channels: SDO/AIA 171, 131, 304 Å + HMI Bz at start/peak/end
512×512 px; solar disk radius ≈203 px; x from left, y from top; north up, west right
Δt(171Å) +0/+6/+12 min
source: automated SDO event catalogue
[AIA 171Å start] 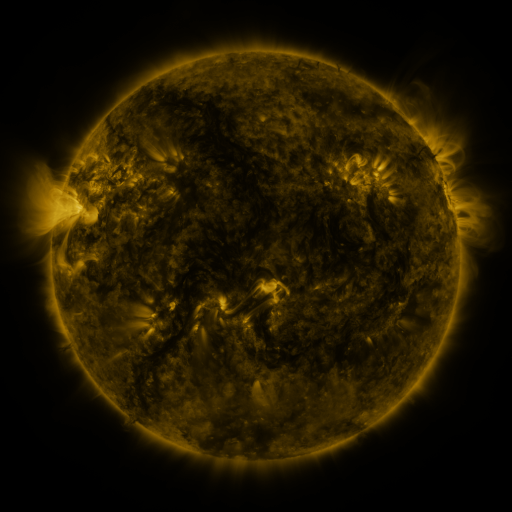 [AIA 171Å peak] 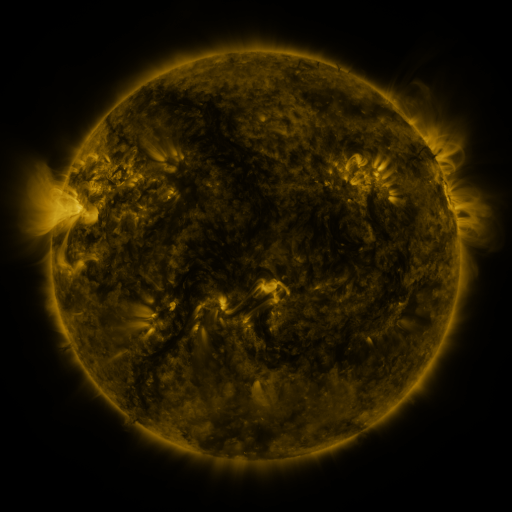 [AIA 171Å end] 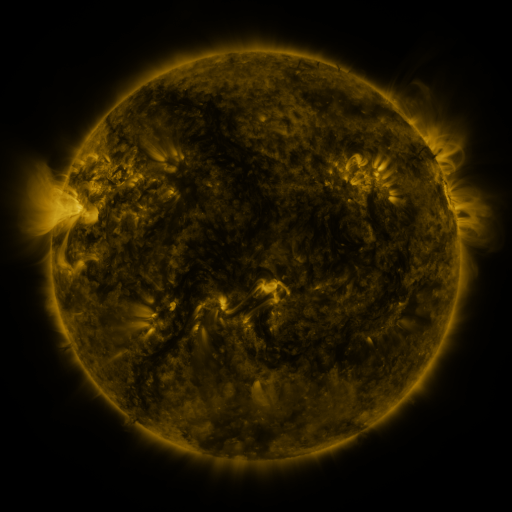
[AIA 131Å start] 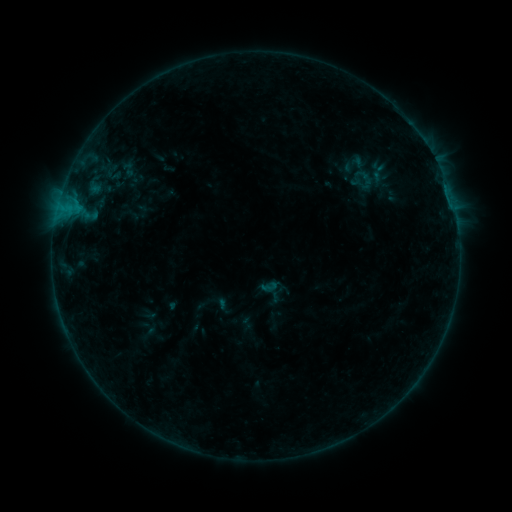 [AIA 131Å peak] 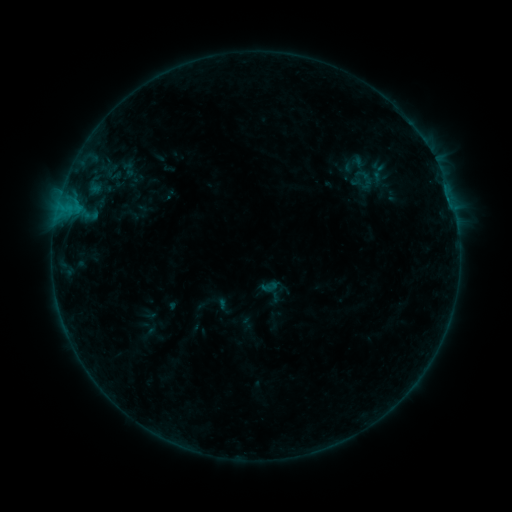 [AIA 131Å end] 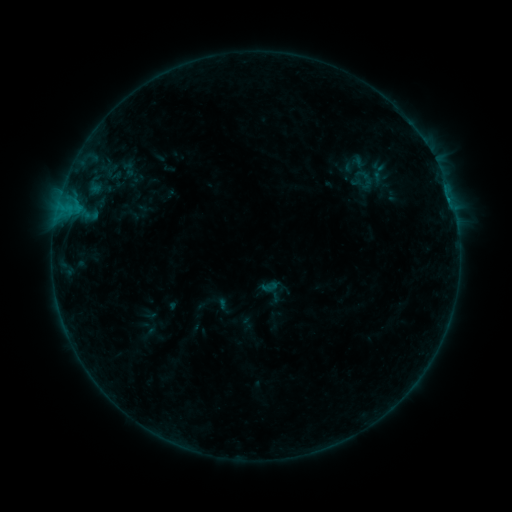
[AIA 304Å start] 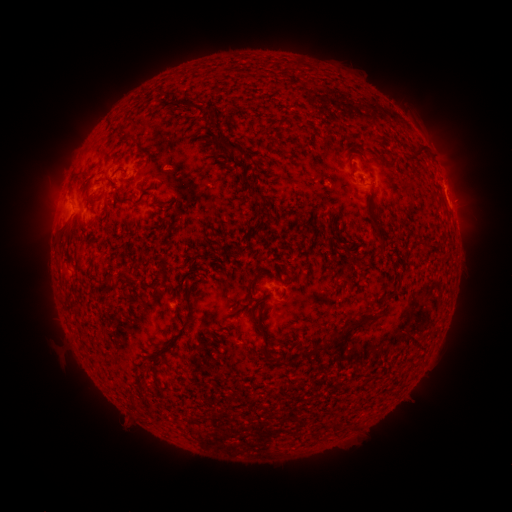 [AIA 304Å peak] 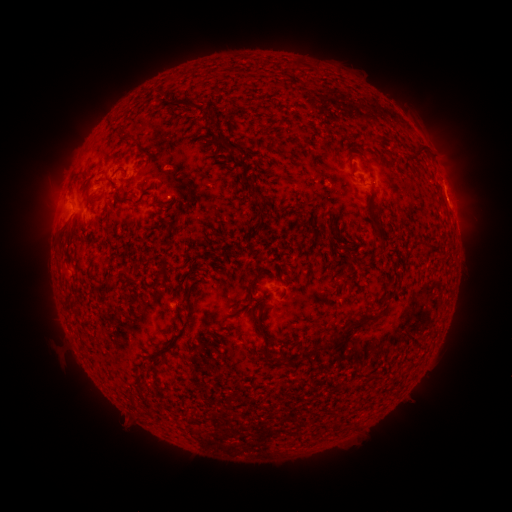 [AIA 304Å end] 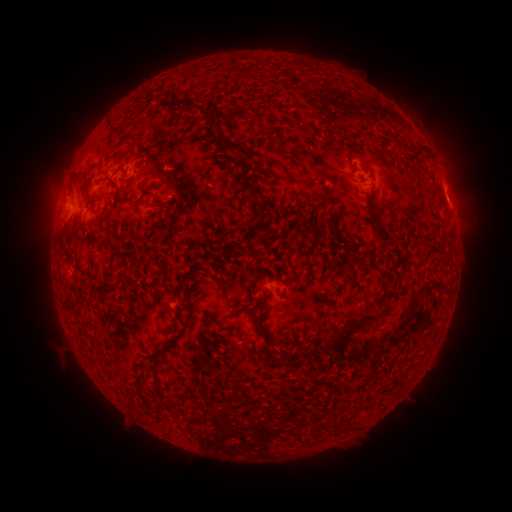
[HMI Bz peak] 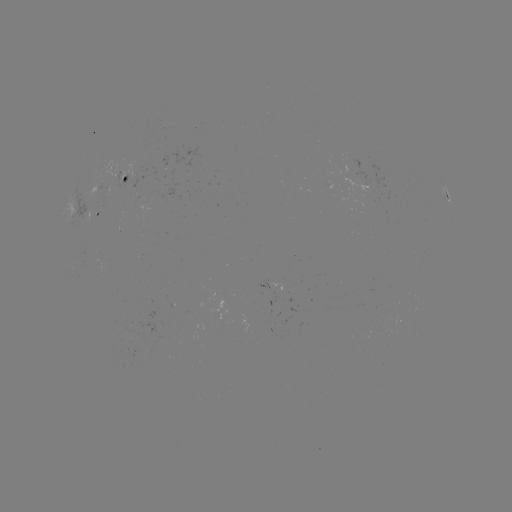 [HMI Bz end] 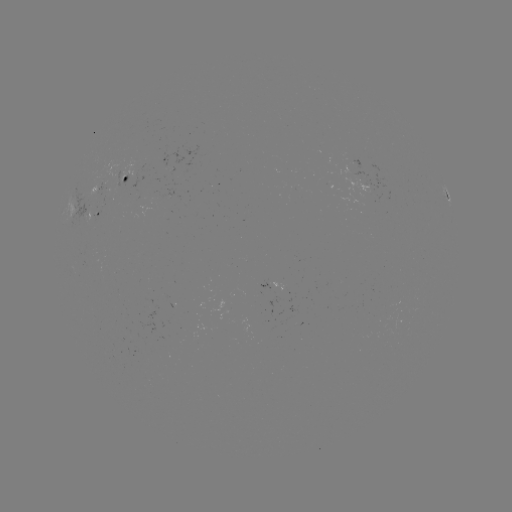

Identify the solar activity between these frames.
B4.2 flare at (447, 201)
